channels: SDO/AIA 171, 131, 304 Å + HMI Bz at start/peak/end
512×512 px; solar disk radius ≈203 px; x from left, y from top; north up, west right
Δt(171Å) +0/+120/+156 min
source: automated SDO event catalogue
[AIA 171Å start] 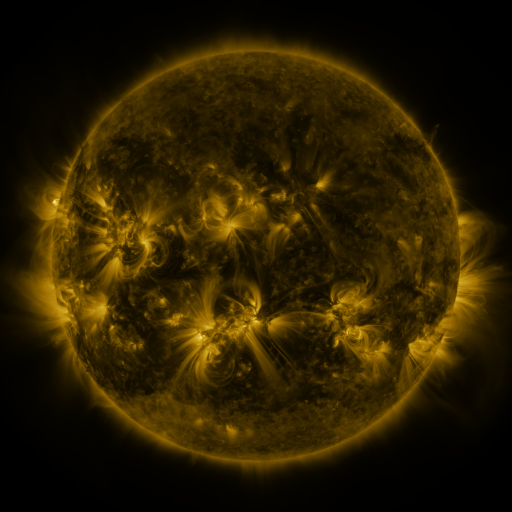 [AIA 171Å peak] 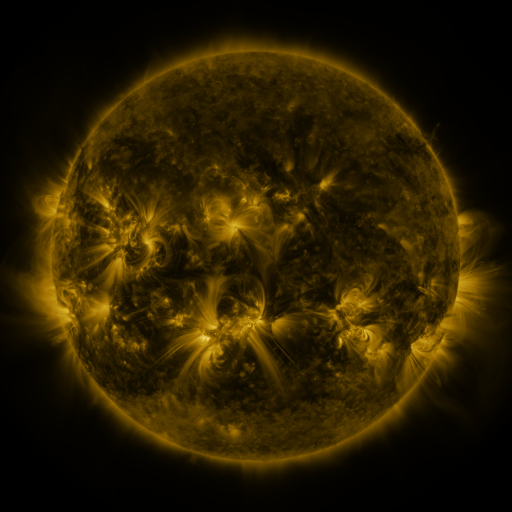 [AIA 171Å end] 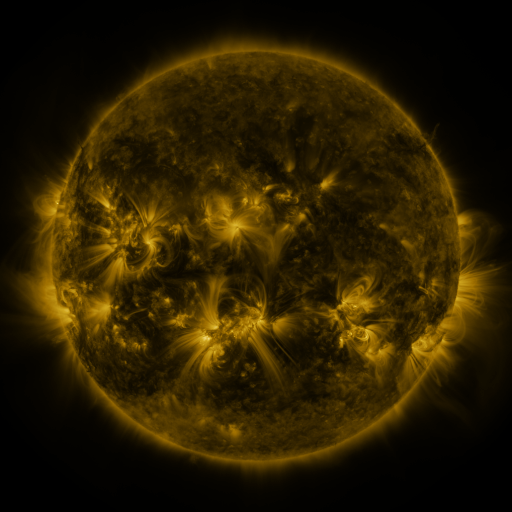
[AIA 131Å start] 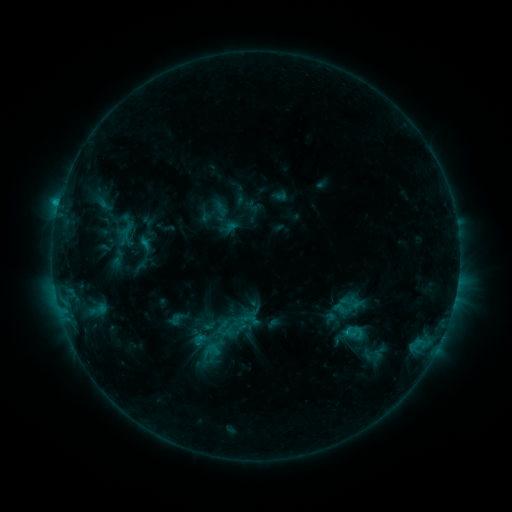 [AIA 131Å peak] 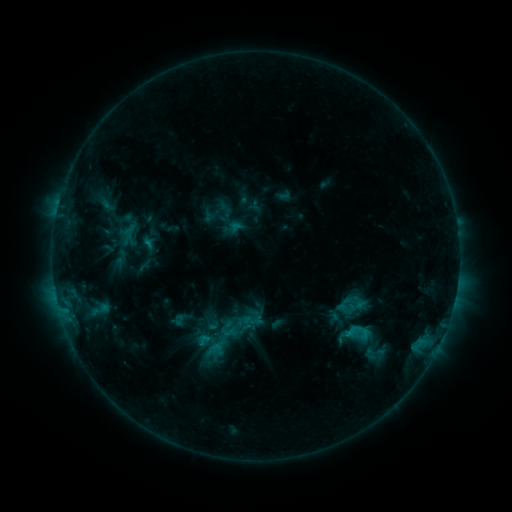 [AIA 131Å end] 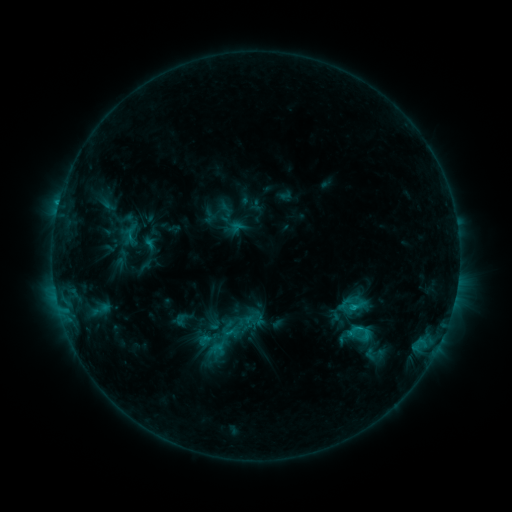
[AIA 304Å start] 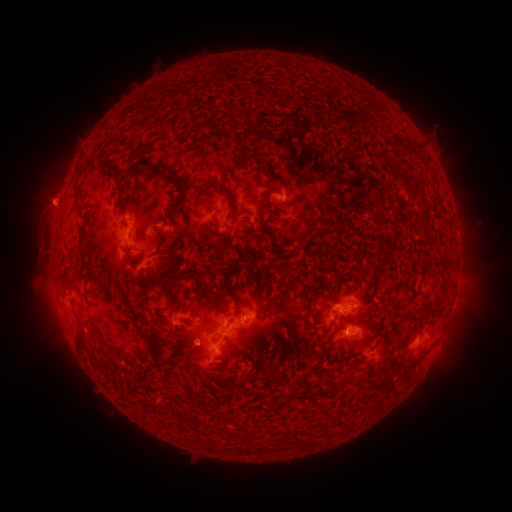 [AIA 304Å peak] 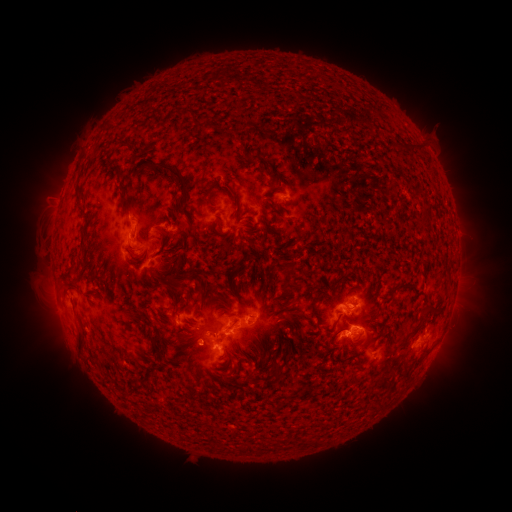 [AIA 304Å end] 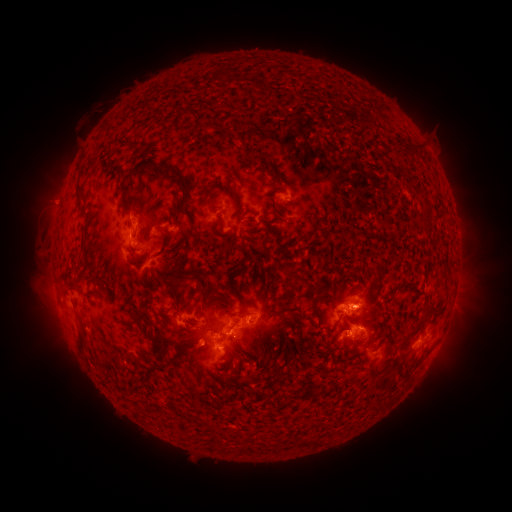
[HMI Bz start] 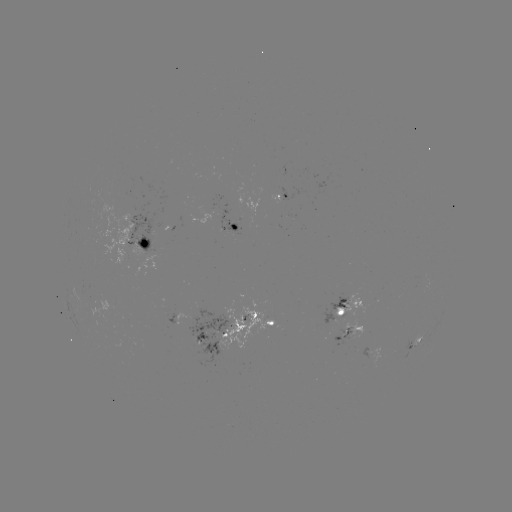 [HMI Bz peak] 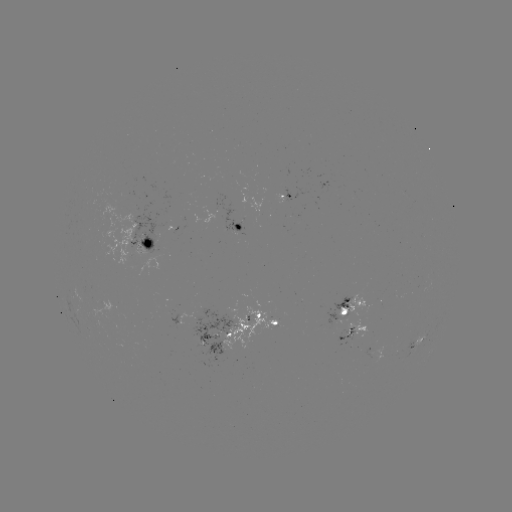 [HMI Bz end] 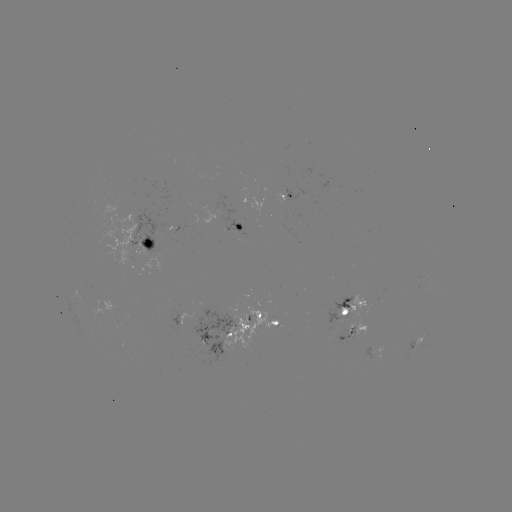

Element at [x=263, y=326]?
emerging-flux region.